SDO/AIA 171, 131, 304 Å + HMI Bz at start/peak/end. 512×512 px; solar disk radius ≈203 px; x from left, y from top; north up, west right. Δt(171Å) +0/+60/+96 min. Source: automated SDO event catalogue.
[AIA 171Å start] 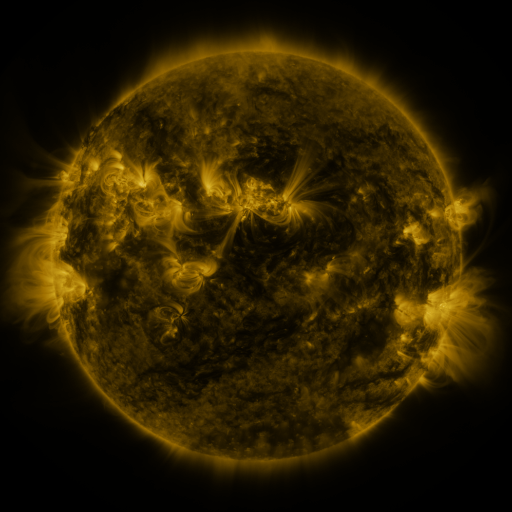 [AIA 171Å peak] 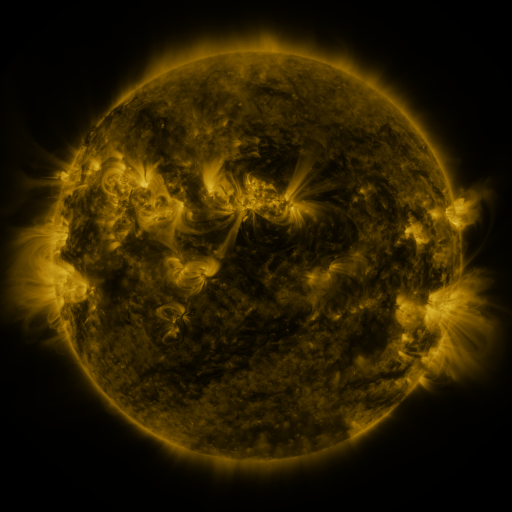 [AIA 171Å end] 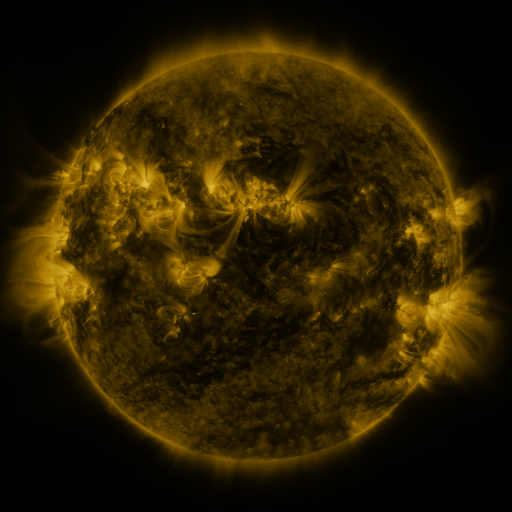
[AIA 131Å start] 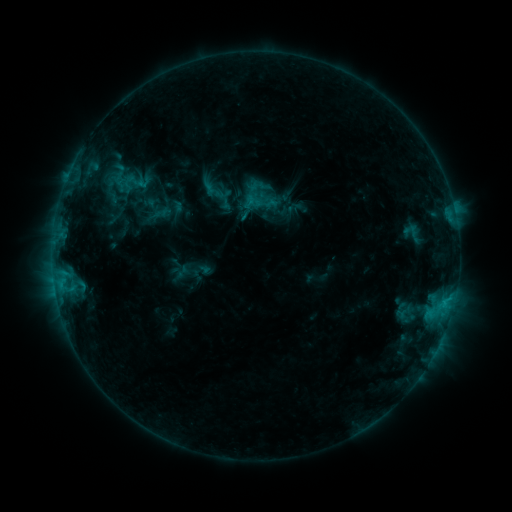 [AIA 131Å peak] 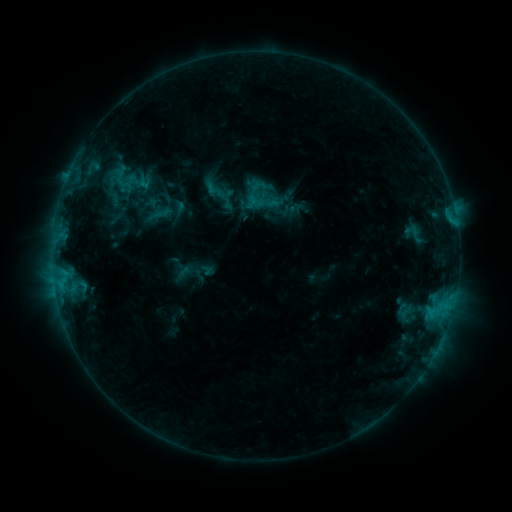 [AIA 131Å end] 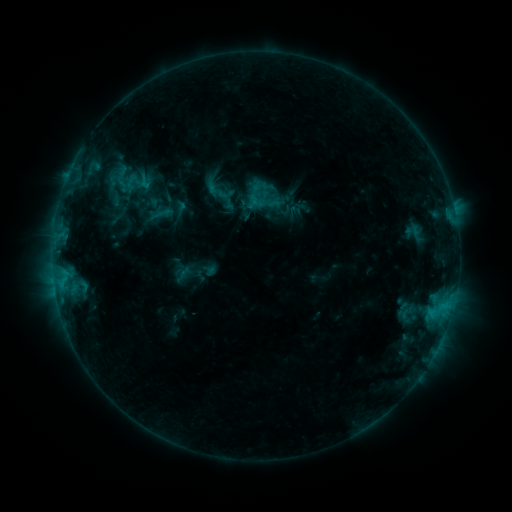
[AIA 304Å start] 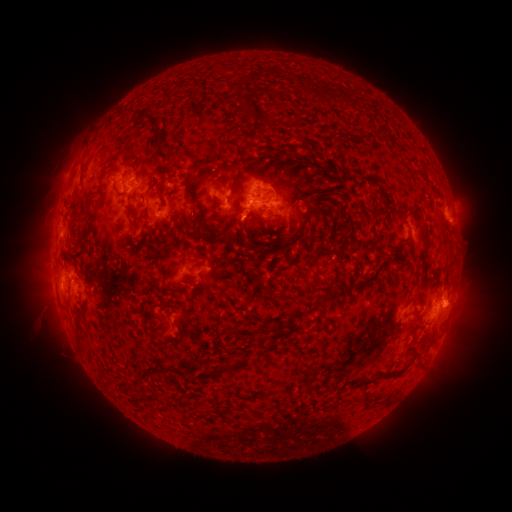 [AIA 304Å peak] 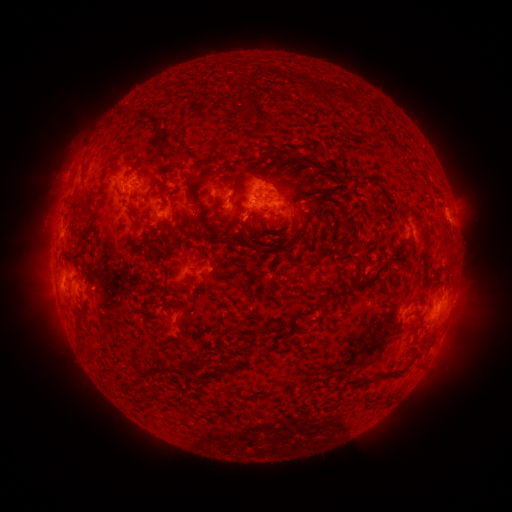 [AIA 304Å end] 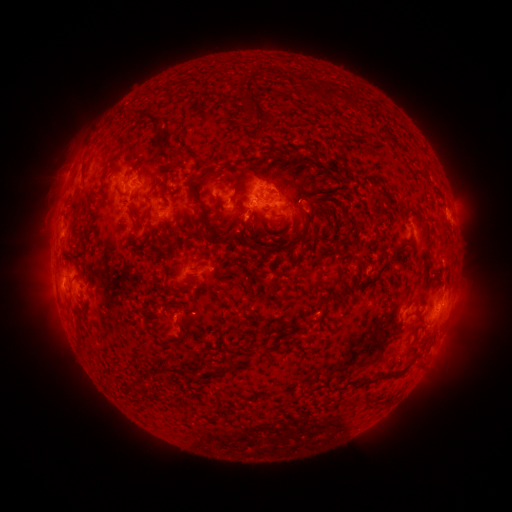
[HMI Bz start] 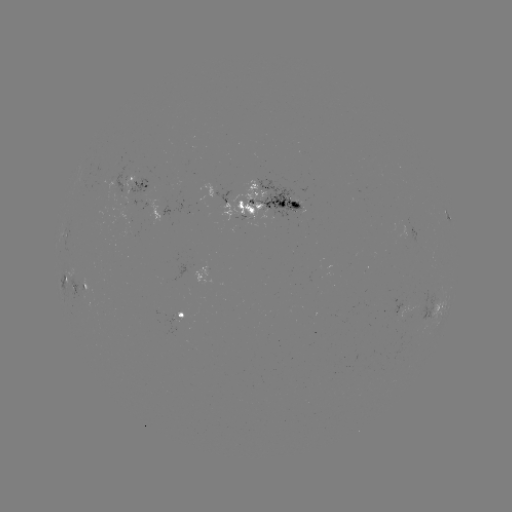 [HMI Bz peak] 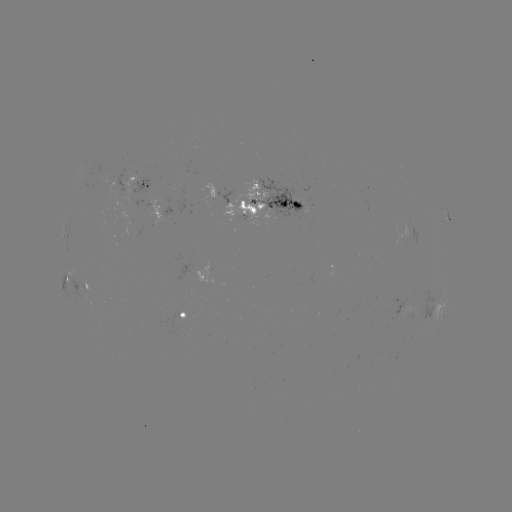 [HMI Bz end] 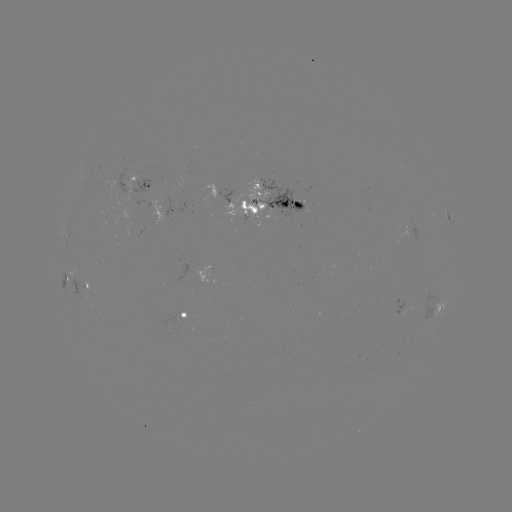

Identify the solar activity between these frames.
emerging-flux region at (398, 313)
